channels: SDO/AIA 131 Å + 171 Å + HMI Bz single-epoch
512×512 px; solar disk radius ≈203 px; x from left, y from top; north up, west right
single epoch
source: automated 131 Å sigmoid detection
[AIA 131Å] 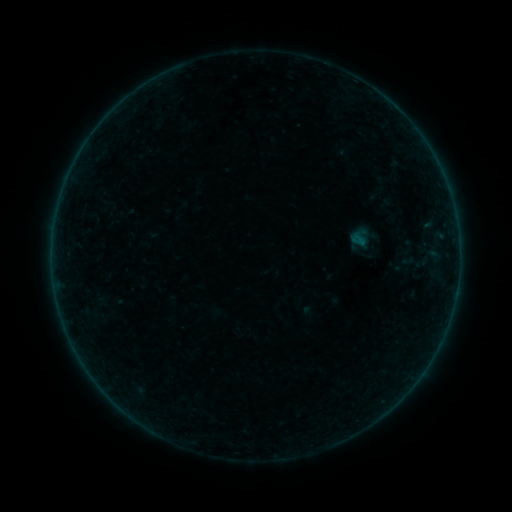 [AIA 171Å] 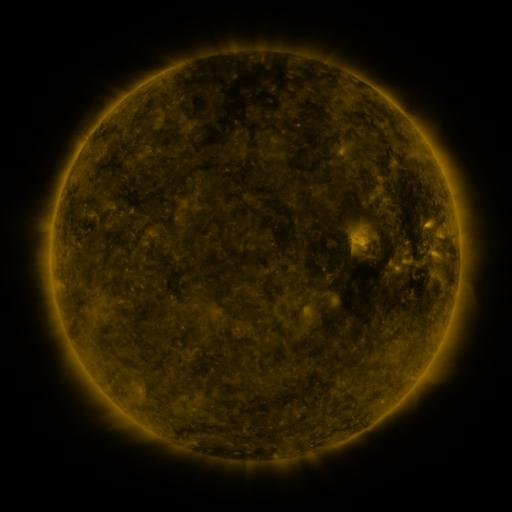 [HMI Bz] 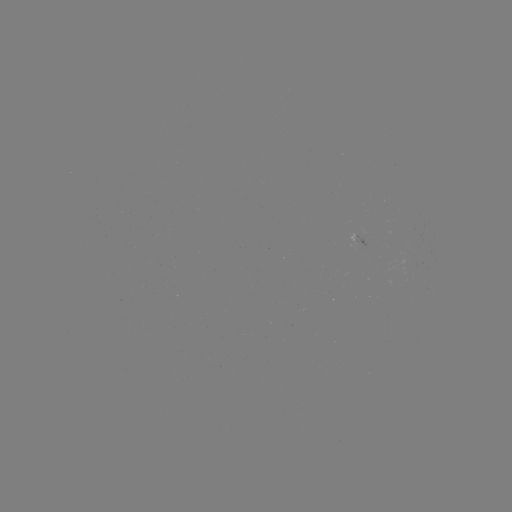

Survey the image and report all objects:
sigmoid: <bbox>401, 248, 430, 275</bbox>
